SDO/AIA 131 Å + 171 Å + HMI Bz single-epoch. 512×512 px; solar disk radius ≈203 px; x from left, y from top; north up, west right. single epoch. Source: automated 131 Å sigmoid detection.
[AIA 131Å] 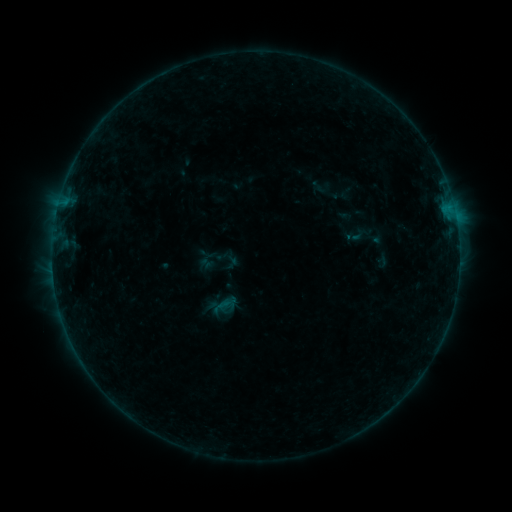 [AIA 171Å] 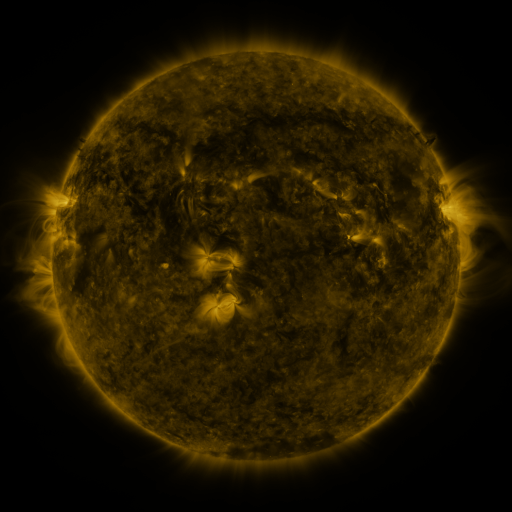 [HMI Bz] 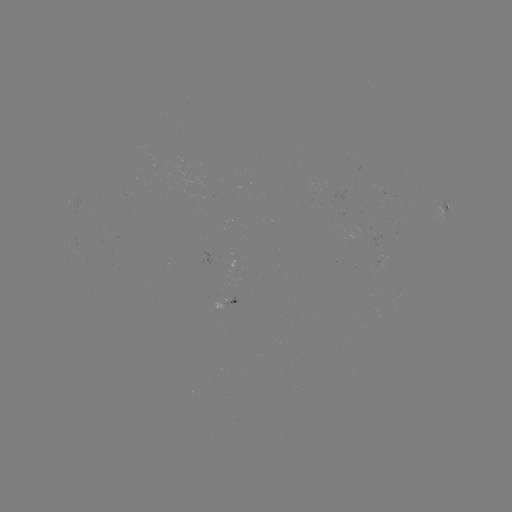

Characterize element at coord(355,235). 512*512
sigmoid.